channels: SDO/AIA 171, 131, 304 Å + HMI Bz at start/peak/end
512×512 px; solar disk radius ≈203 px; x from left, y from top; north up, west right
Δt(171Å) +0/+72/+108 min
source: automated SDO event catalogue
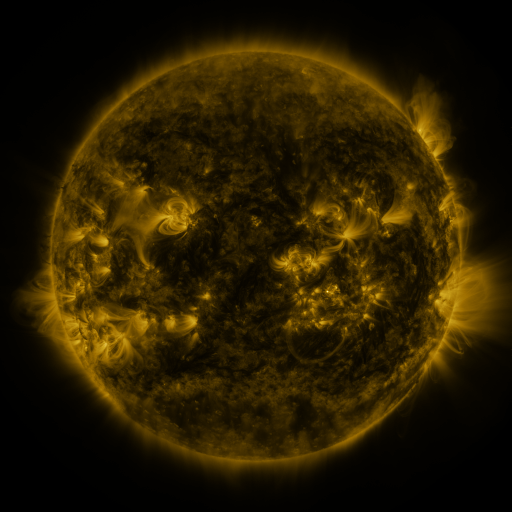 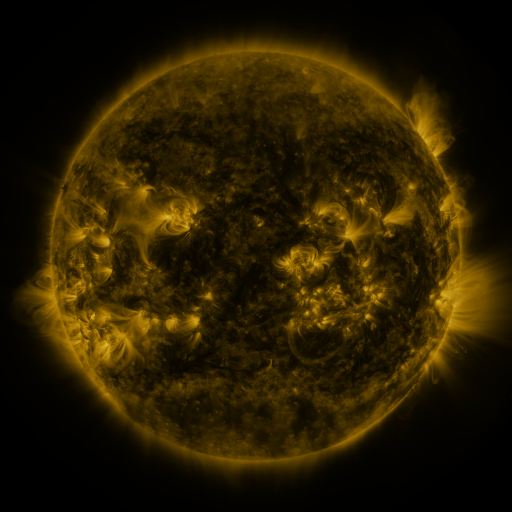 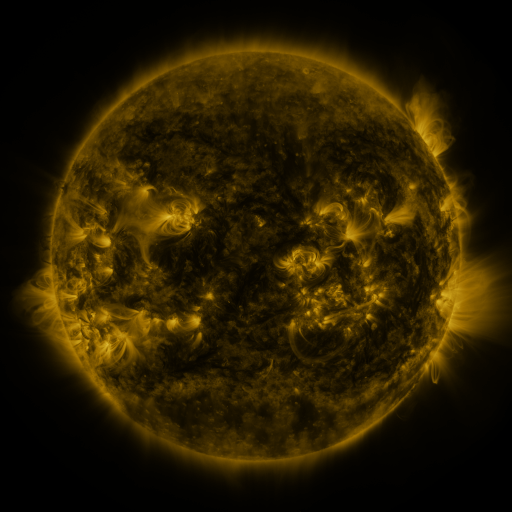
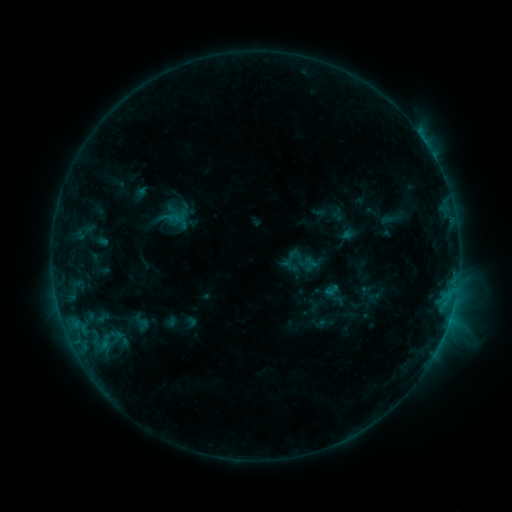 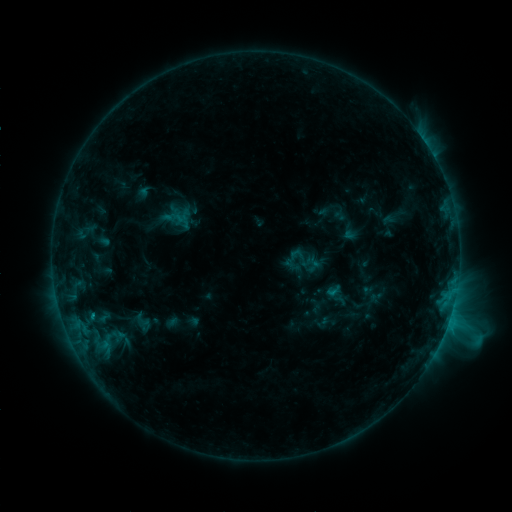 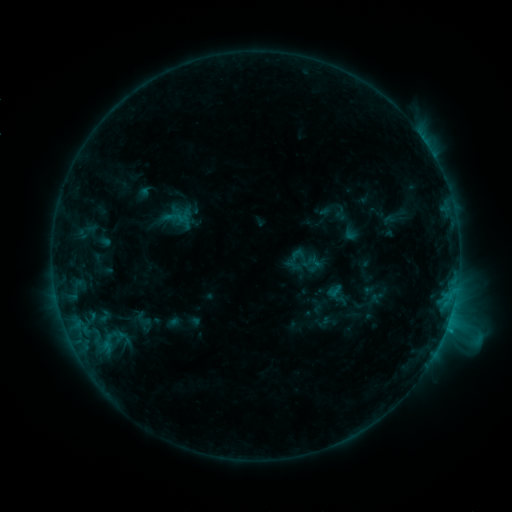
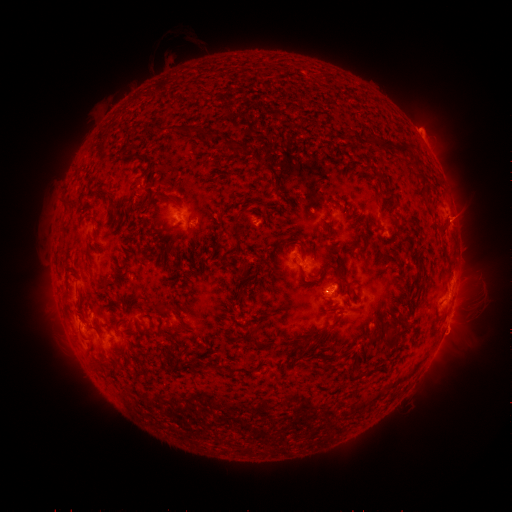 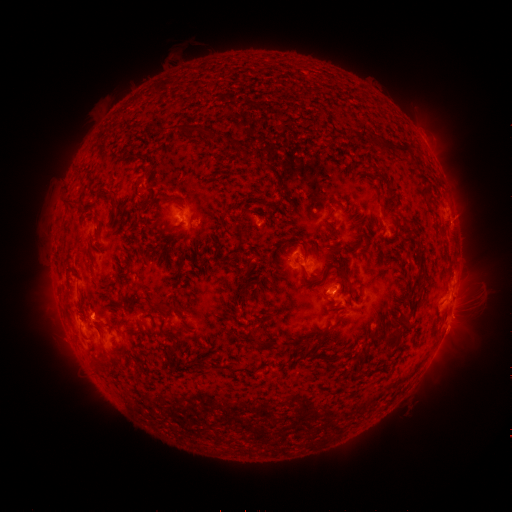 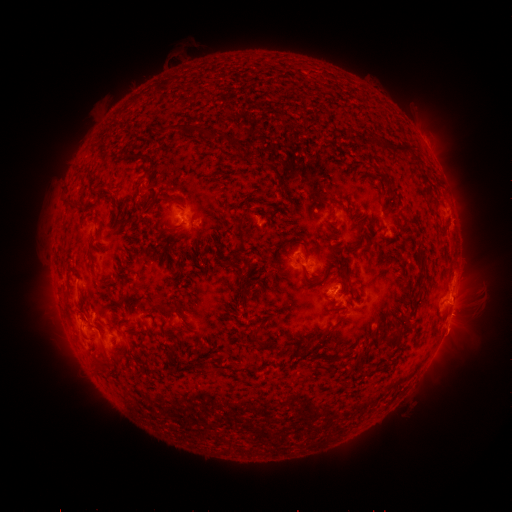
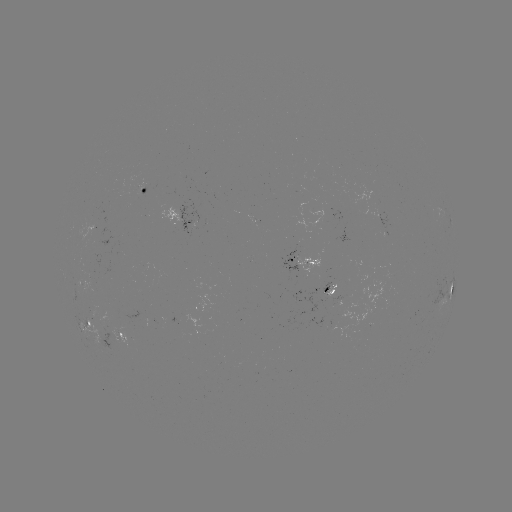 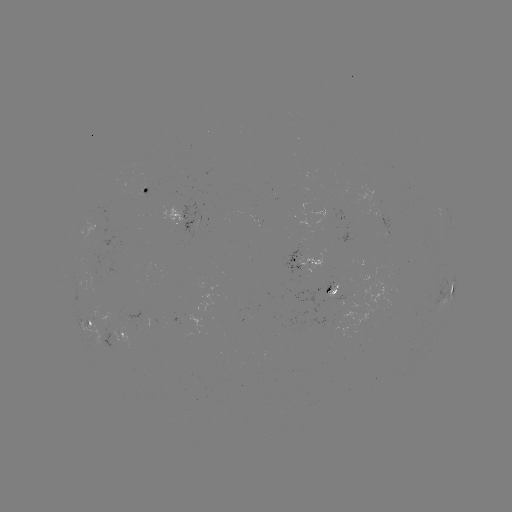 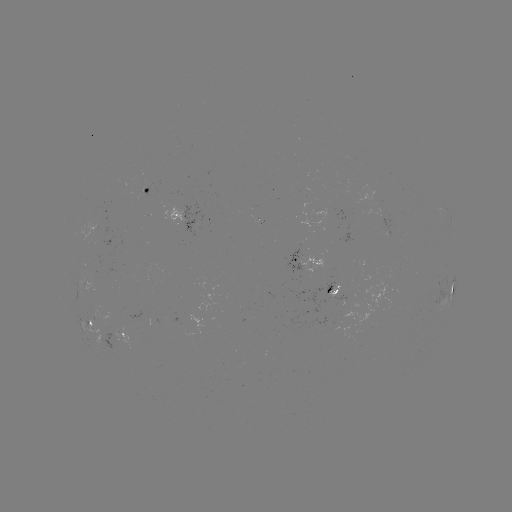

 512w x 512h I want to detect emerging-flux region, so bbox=[105, 329, 134, 349].